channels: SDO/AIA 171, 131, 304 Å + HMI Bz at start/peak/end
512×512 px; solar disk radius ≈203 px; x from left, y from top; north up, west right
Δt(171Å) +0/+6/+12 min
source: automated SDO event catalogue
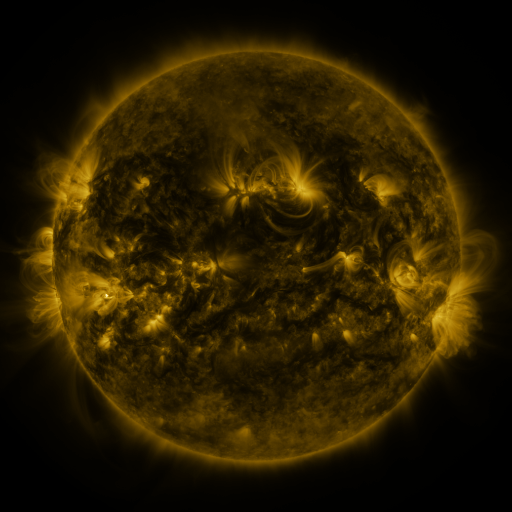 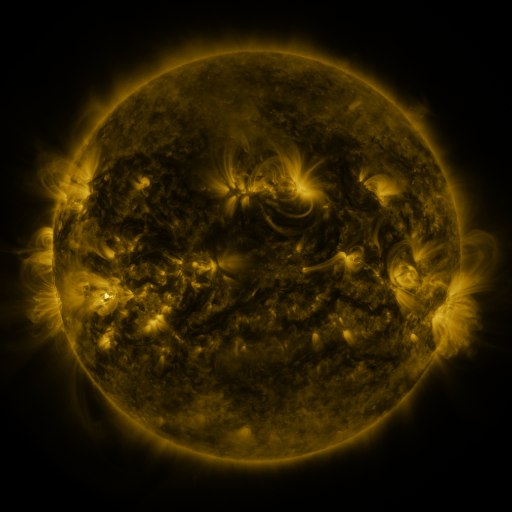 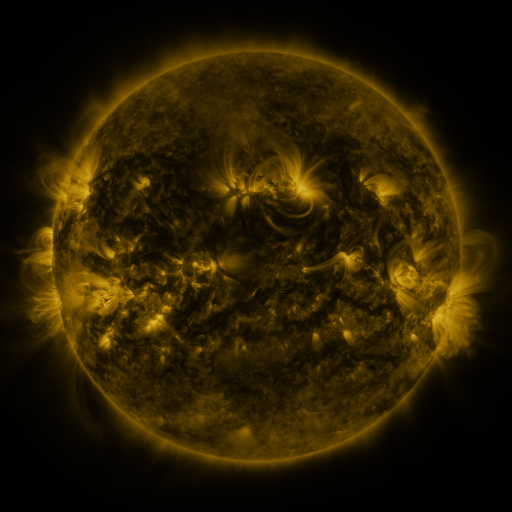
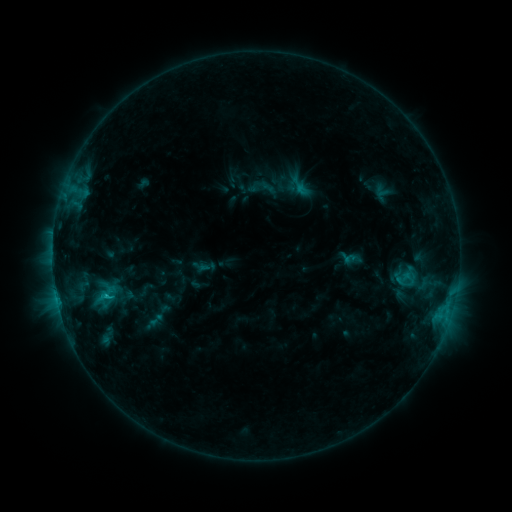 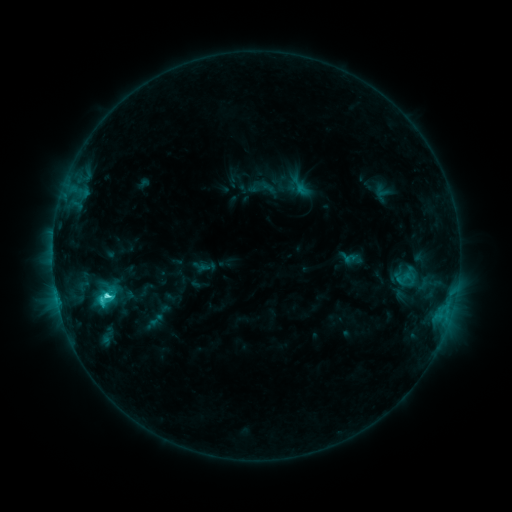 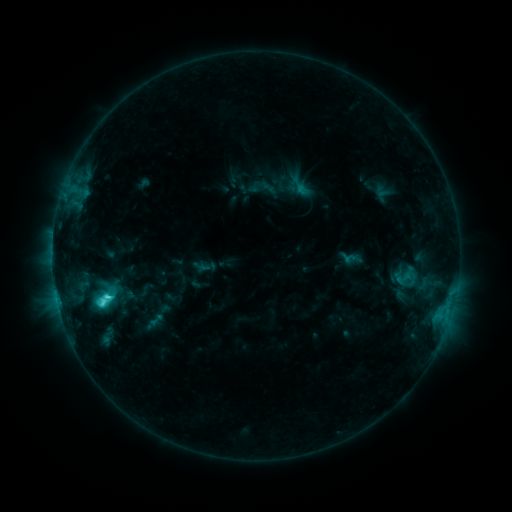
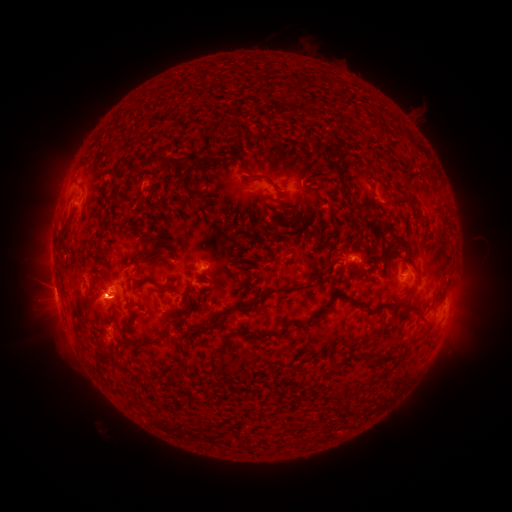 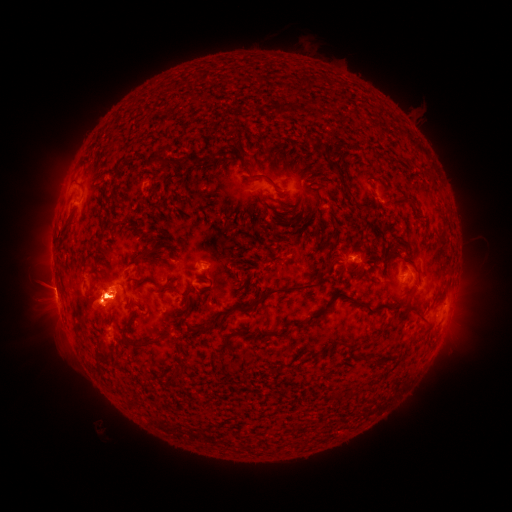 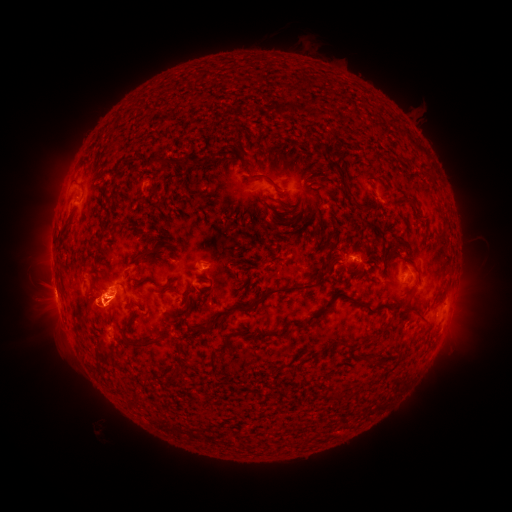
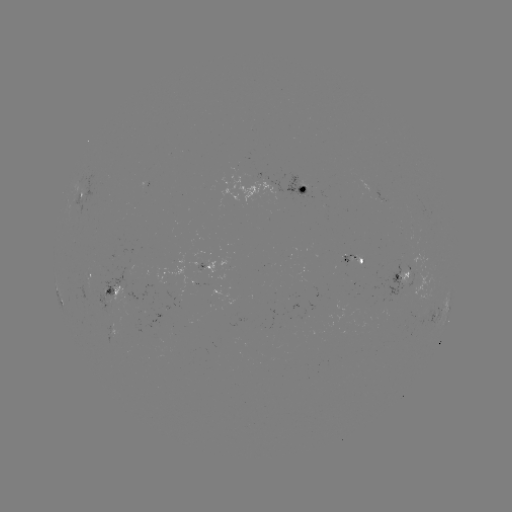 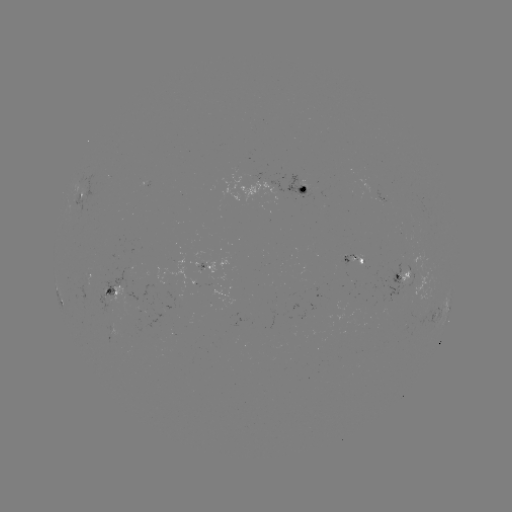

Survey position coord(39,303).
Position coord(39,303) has eruption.